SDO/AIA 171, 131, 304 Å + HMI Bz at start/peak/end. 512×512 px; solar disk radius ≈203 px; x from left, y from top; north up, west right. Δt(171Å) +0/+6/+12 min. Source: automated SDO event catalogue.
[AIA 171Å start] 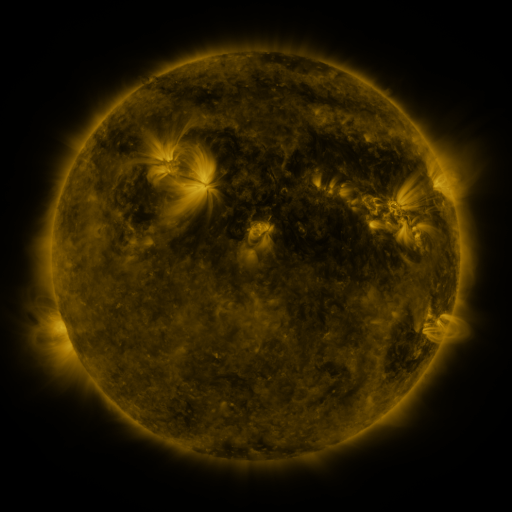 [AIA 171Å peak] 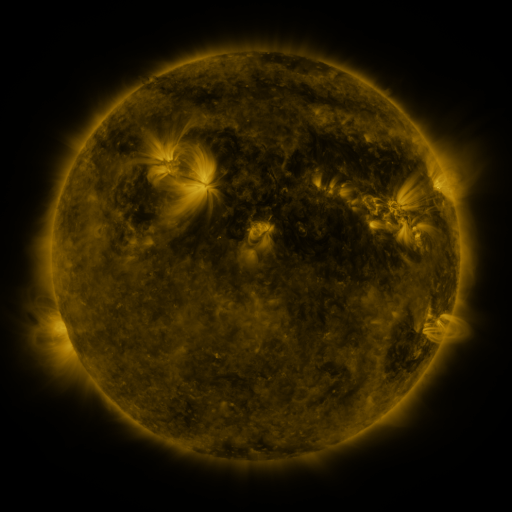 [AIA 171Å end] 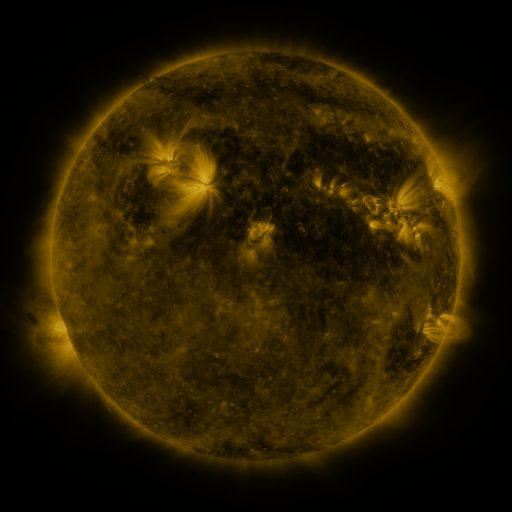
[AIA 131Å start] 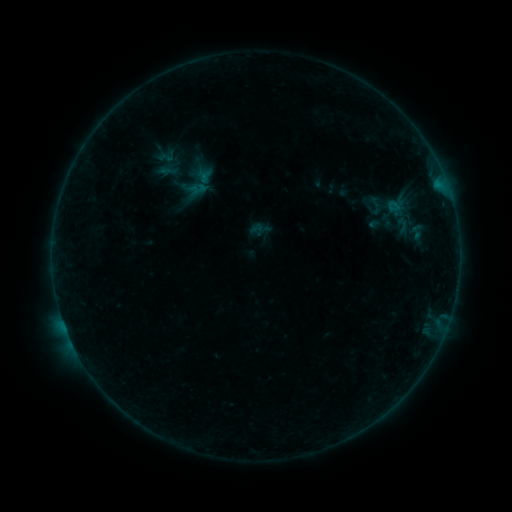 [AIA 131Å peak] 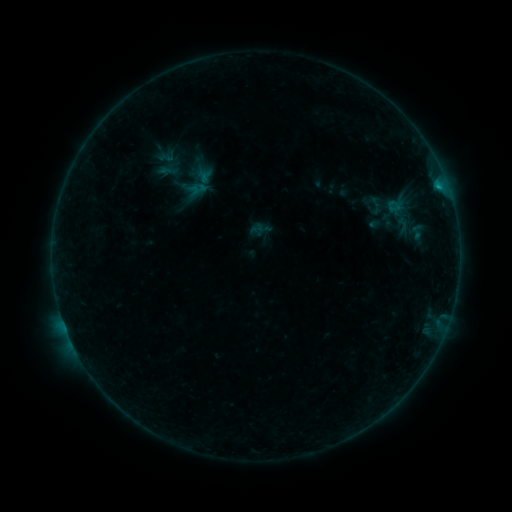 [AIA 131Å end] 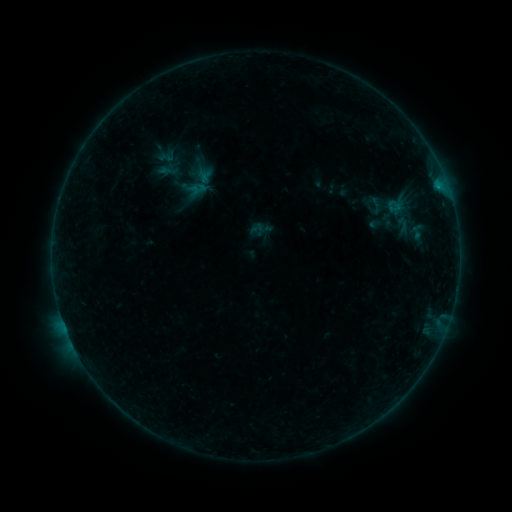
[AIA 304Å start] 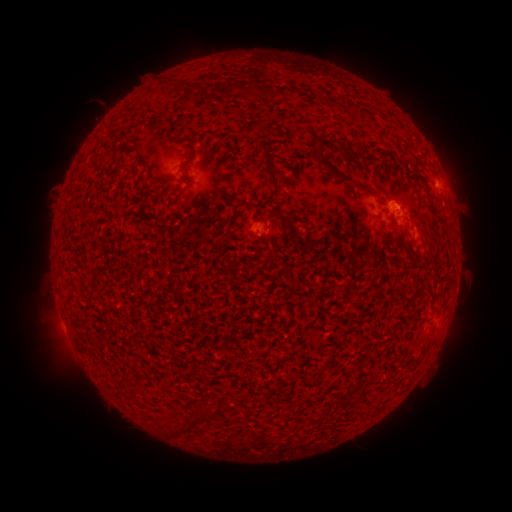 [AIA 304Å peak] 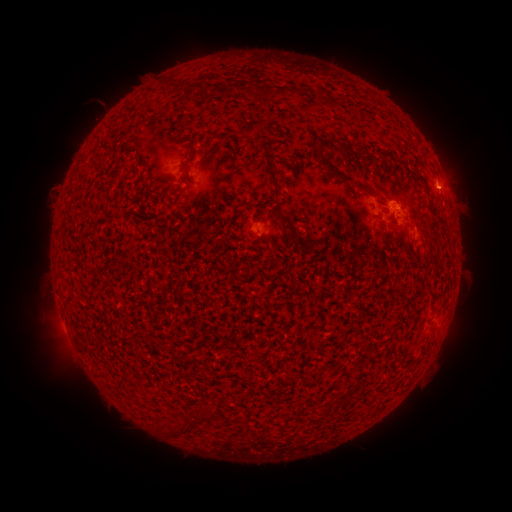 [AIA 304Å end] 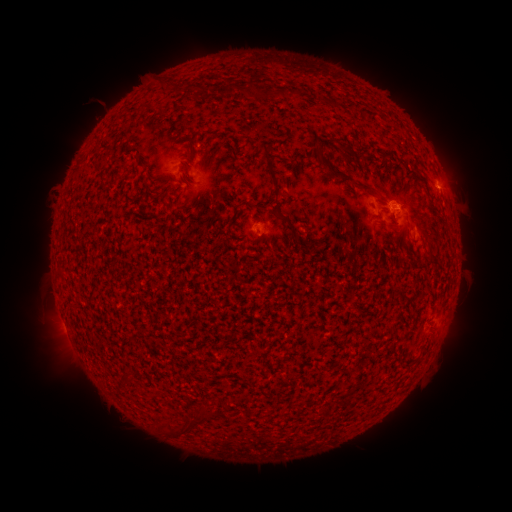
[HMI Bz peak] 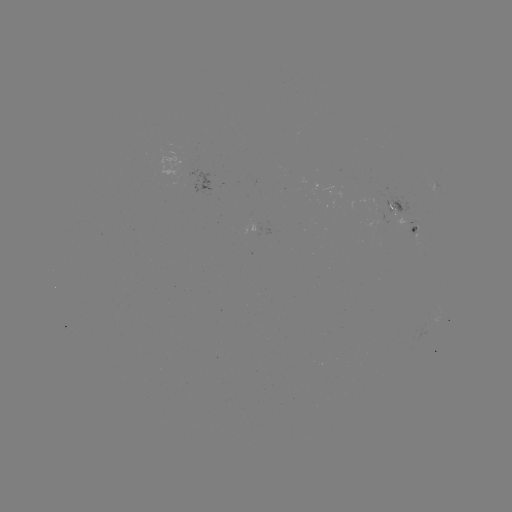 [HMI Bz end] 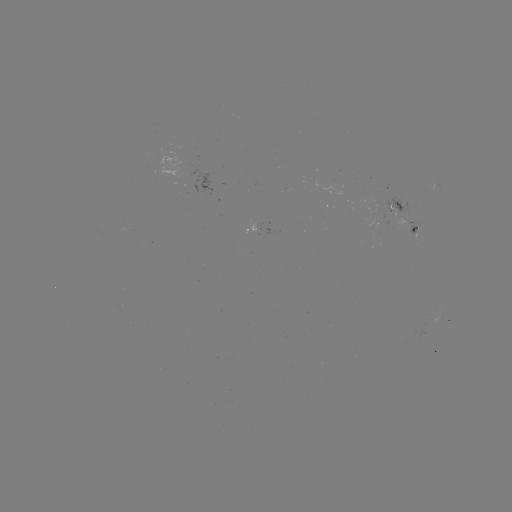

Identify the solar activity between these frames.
B2.7 flare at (438, 189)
